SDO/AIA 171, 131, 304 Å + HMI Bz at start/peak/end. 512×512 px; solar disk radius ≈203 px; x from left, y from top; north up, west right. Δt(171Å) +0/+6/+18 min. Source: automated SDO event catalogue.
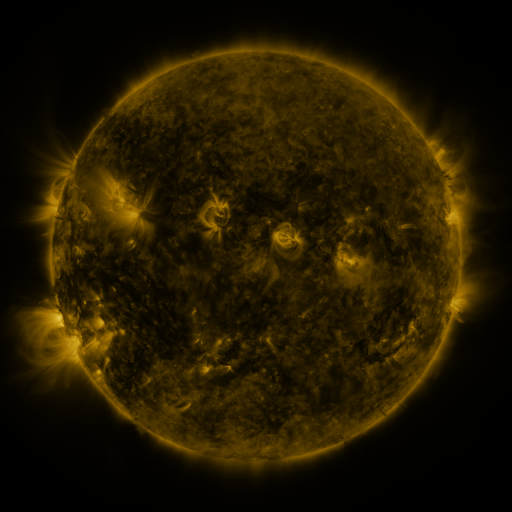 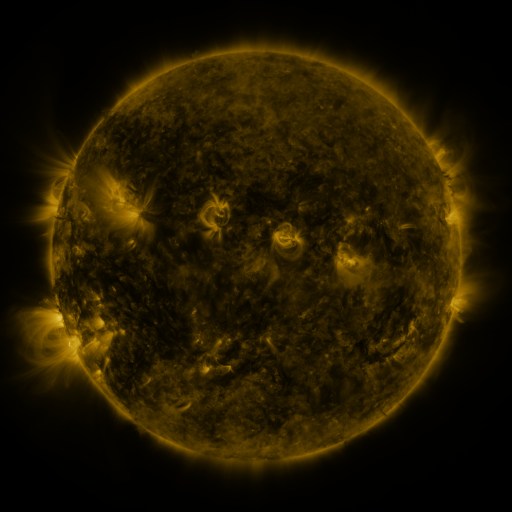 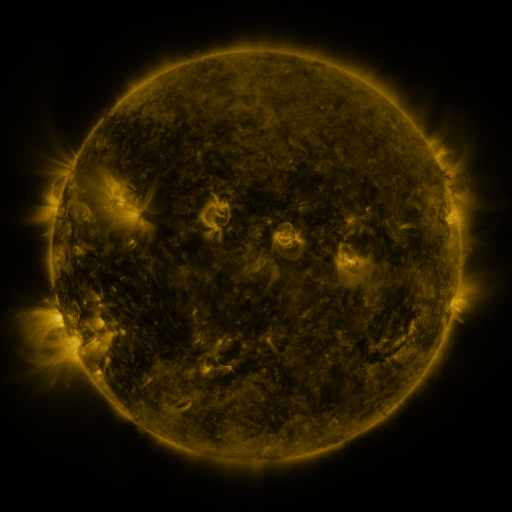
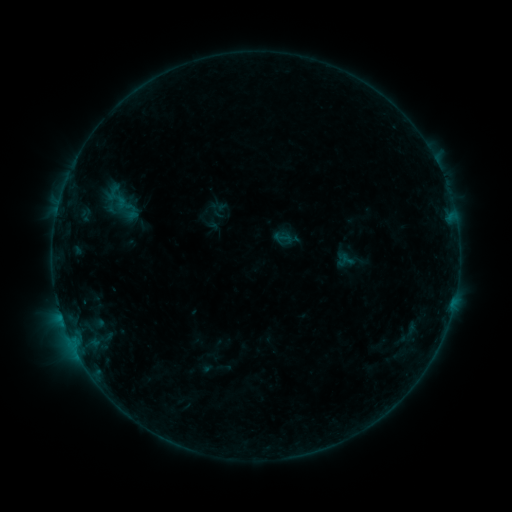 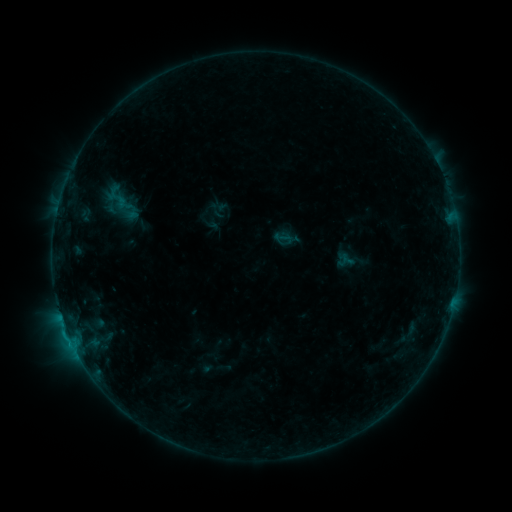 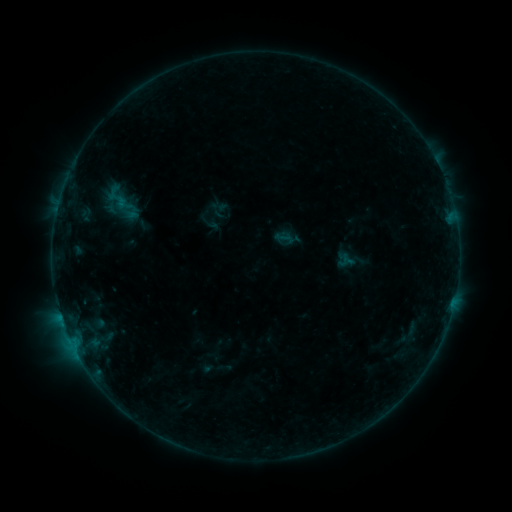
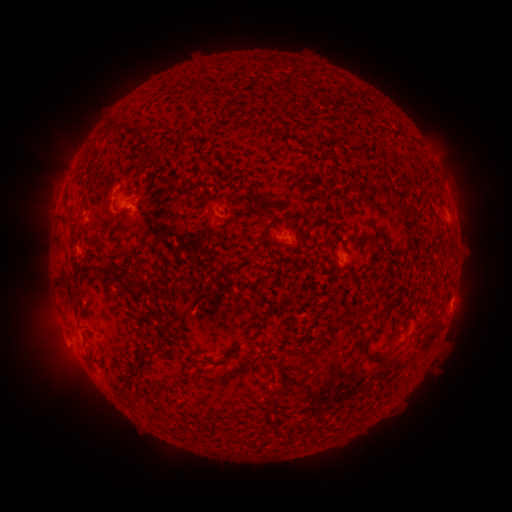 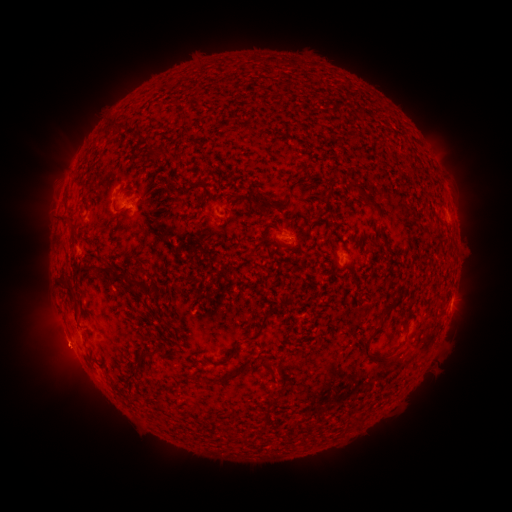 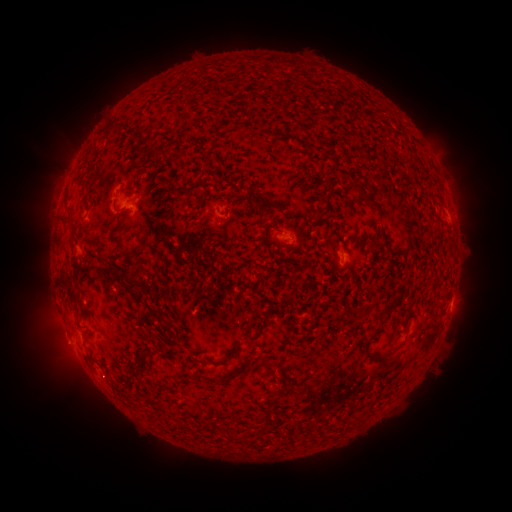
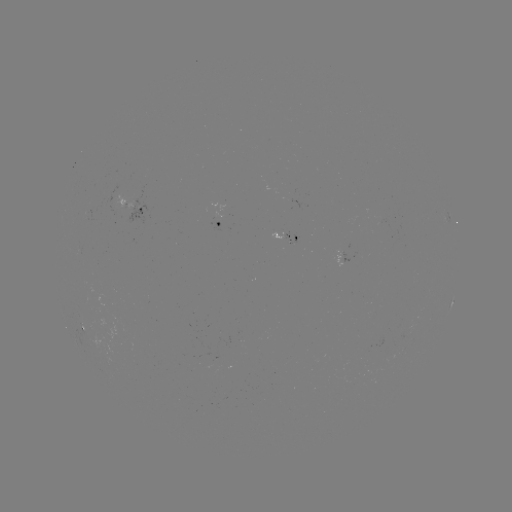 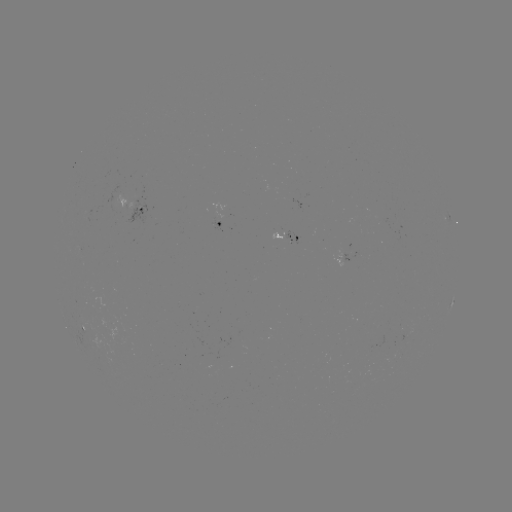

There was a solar flare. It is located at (68, 333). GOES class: B3.6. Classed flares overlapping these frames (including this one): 1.